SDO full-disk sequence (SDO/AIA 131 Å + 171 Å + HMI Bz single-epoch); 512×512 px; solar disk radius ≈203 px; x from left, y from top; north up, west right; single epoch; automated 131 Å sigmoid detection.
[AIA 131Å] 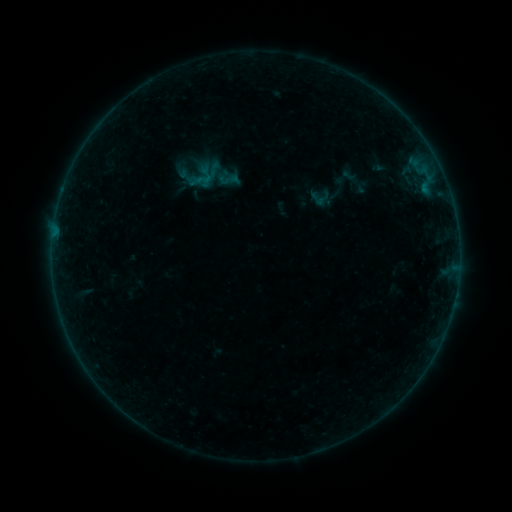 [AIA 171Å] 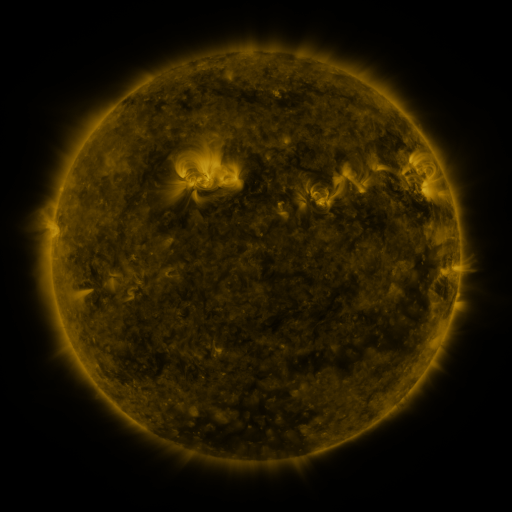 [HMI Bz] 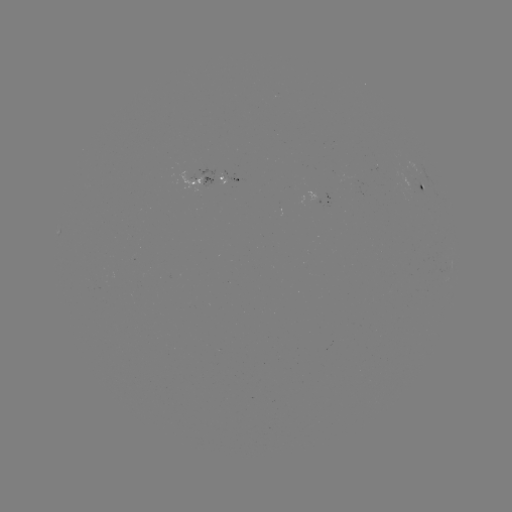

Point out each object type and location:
sigmoid: <bbox>196, 171, 212, 187</bbox>
